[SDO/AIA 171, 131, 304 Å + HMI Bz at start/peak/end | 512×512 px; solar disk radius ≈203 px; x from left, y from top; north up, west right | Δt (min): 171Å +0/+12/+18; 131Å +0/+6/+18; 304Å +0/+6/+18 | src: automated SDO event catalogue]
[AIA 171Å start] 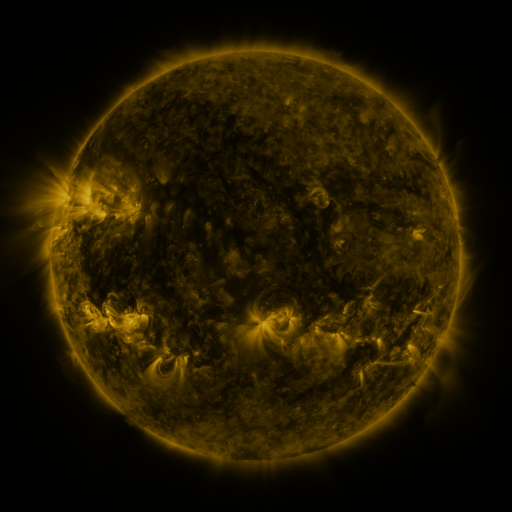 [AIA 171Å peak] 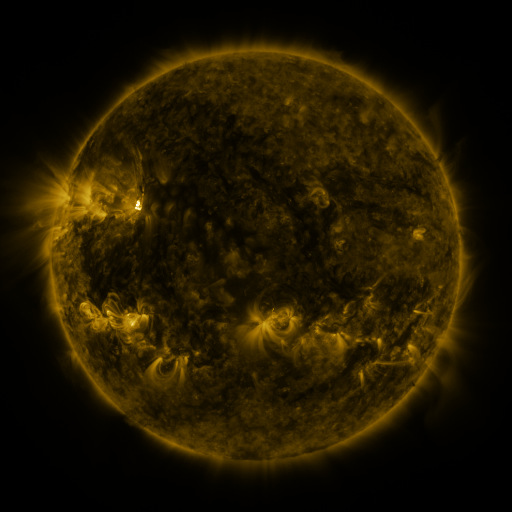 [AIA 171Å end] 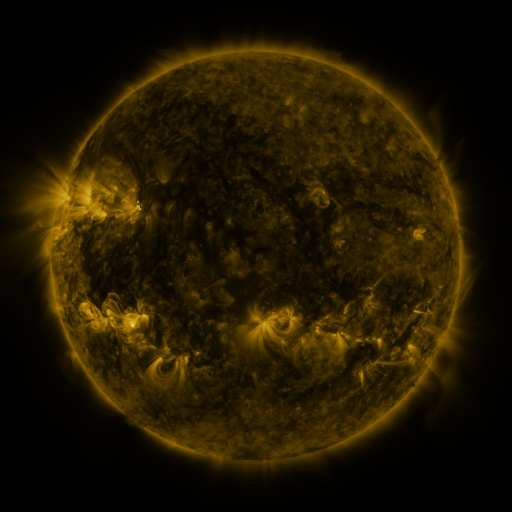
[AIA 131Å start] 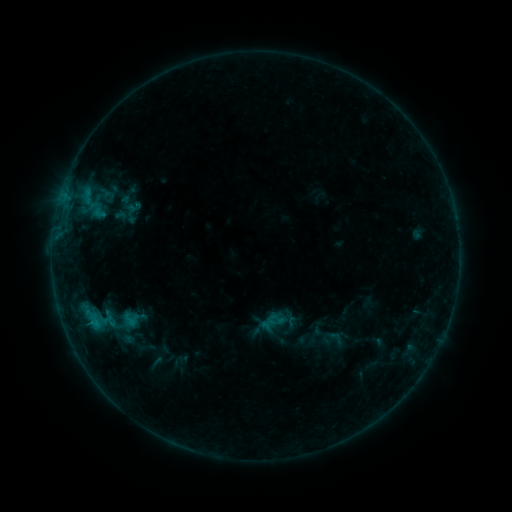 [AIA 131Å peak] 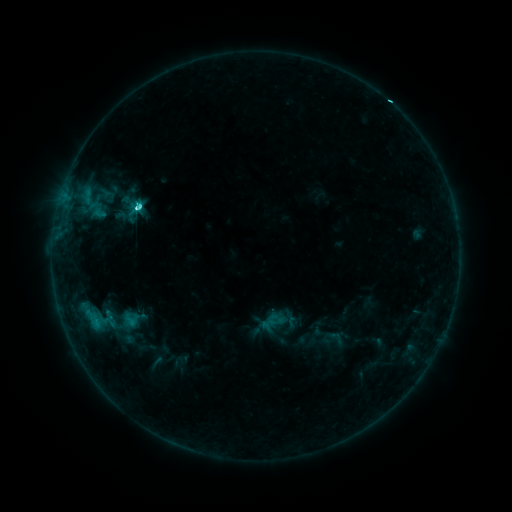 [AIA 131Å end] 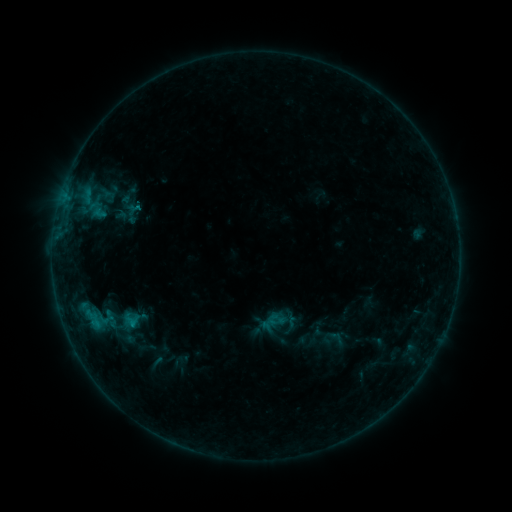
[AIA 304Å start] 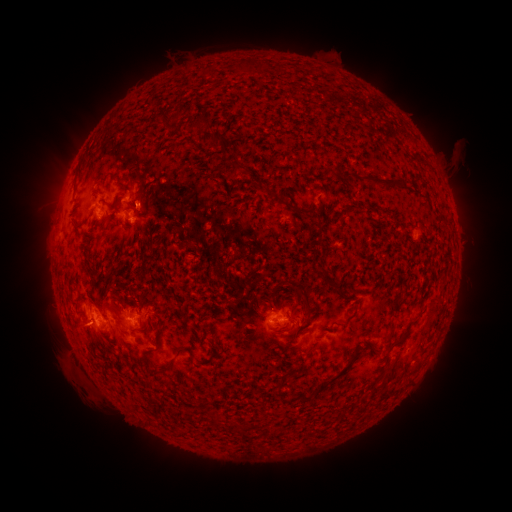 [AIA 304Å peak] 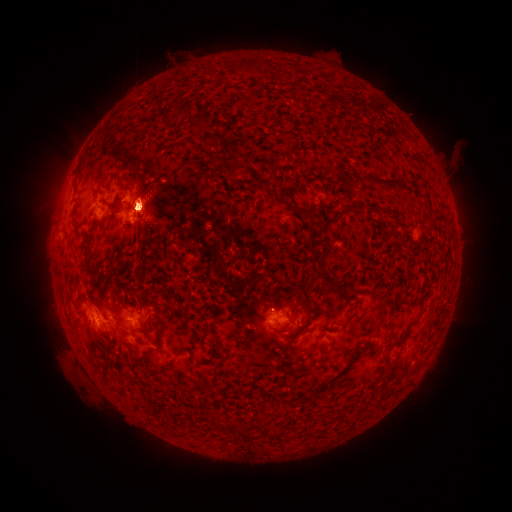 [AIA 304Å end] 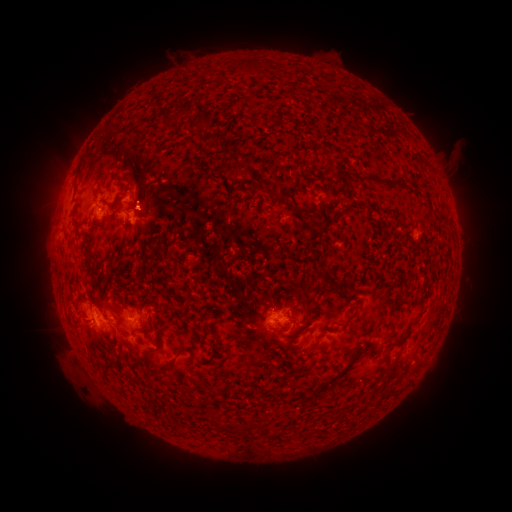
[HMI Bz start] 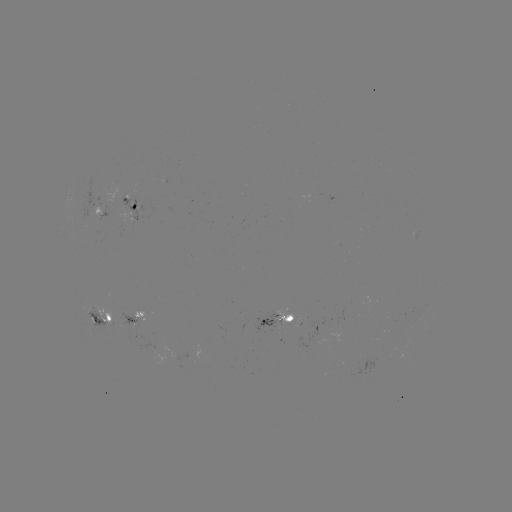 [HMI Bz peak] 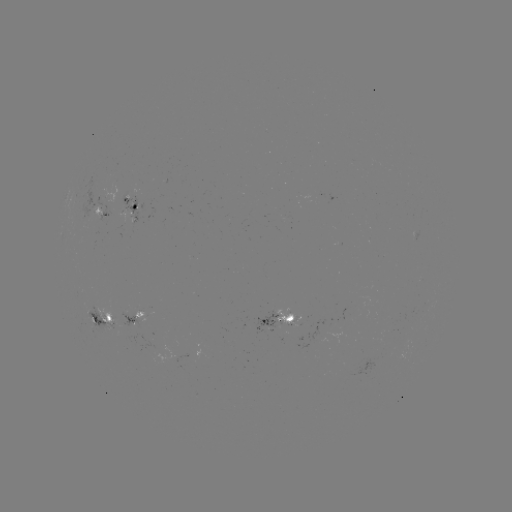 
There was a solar eruption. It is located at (124, 204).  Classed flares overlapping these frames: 1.